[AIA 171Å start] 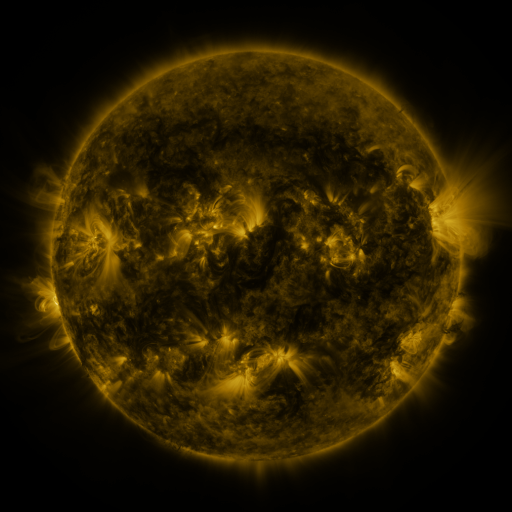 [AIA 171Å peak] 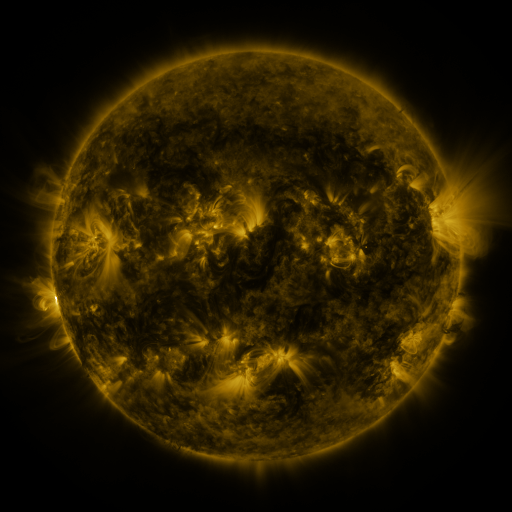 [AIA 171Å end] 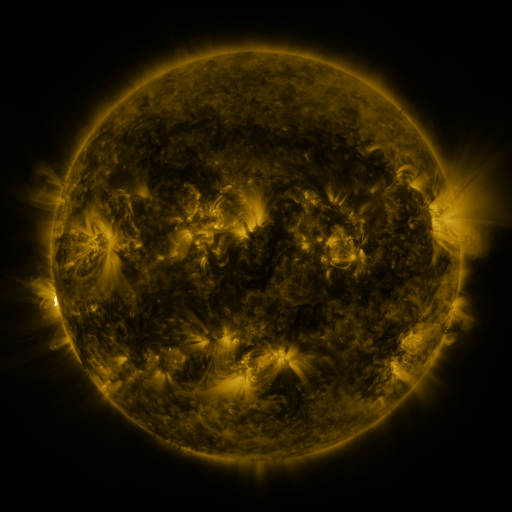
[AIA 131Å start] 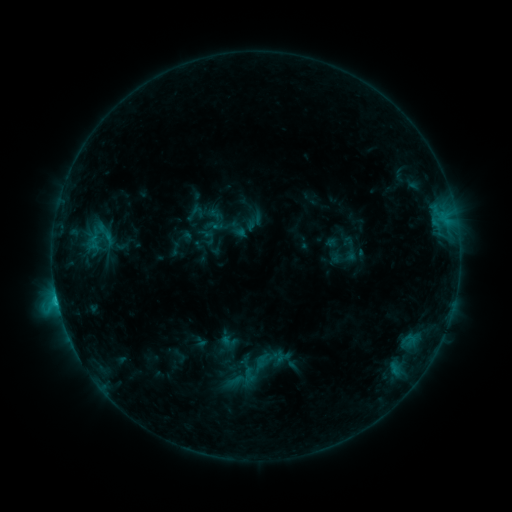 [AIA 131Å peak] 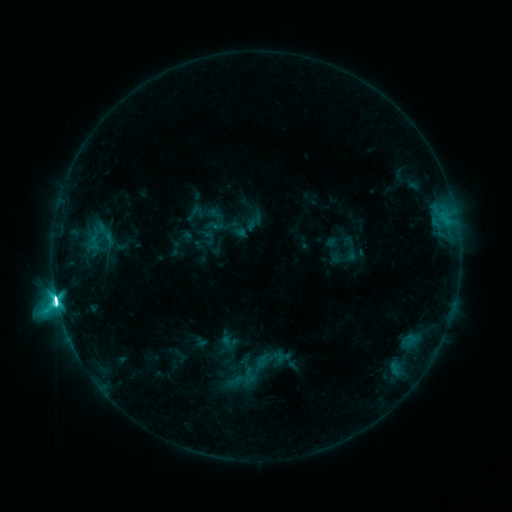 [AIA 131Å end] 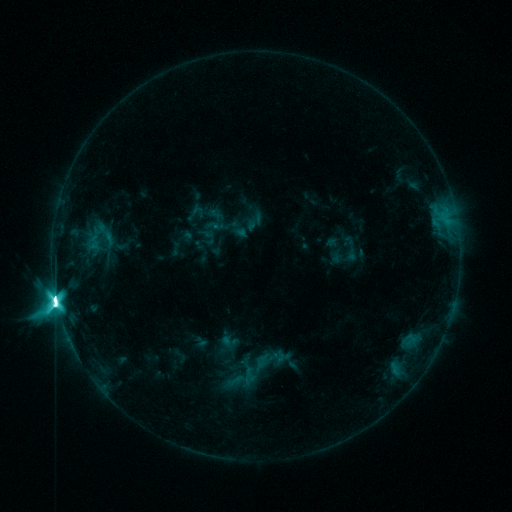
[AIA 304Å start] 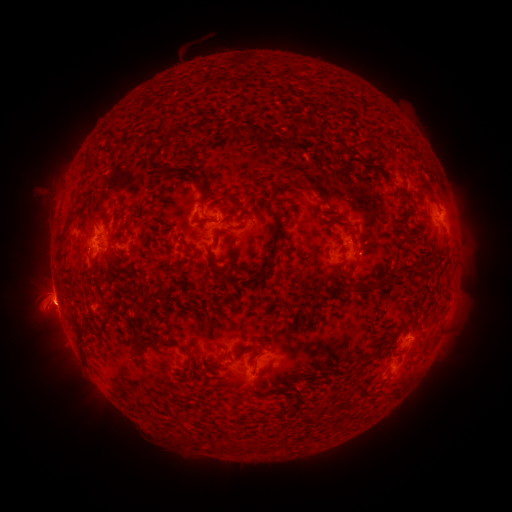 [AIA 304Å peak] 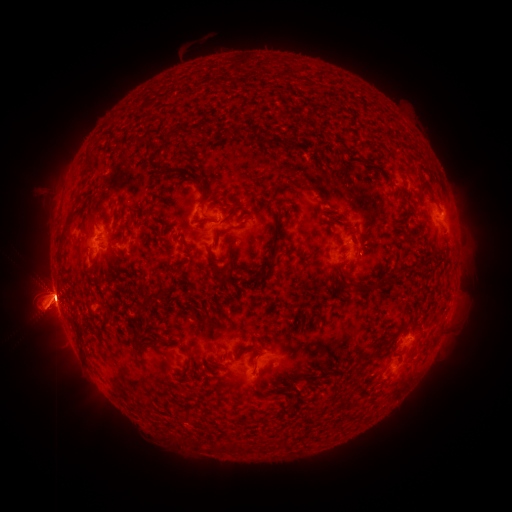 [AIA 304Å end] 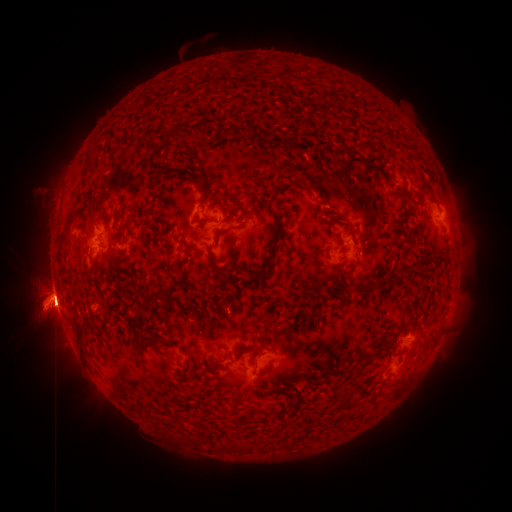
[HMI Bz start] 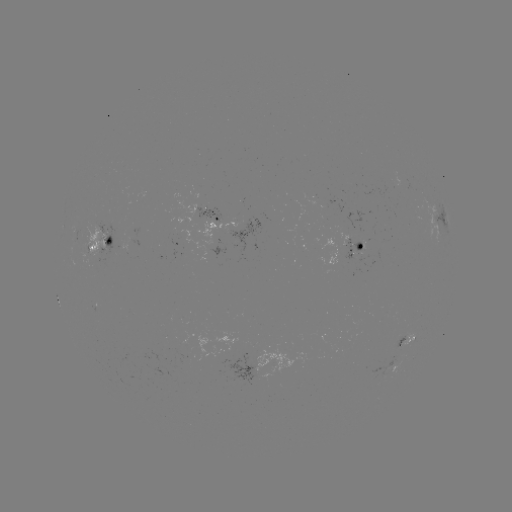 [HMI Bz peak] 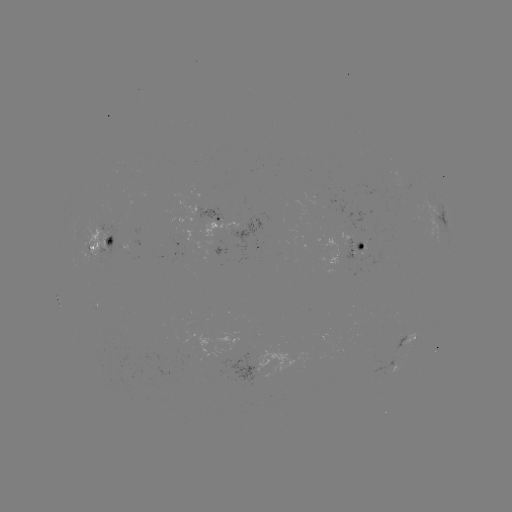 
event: eruption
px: (47, 304)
